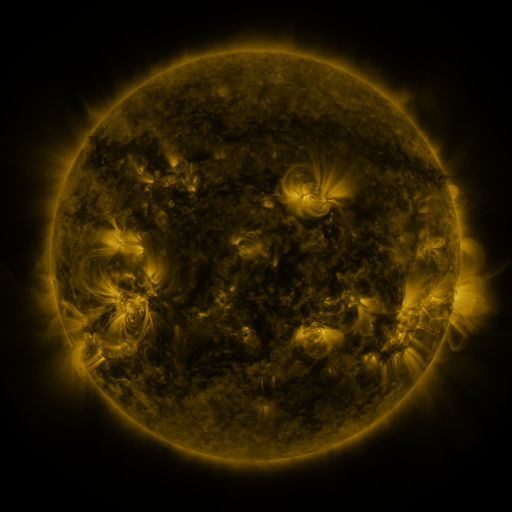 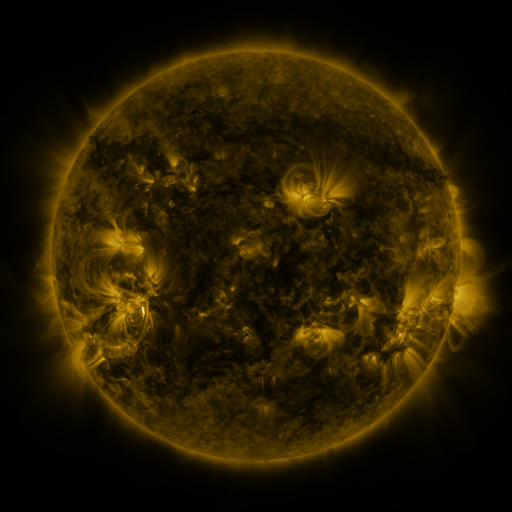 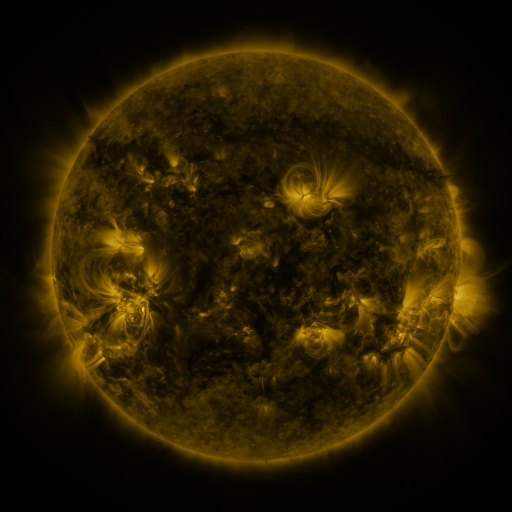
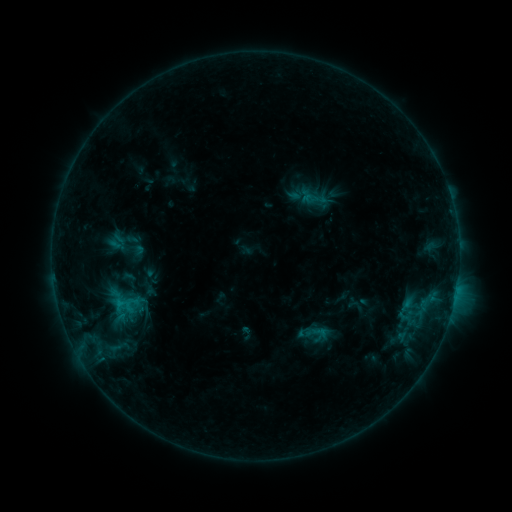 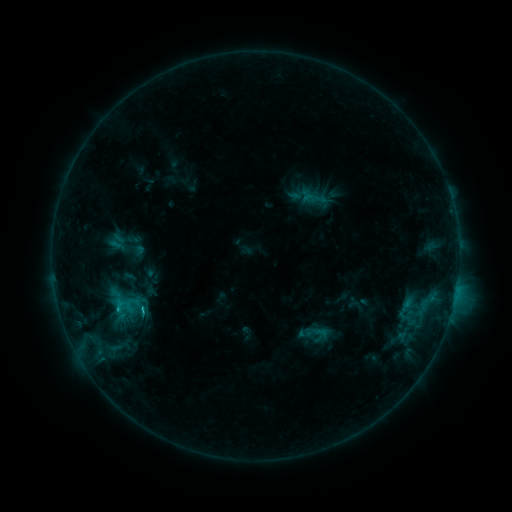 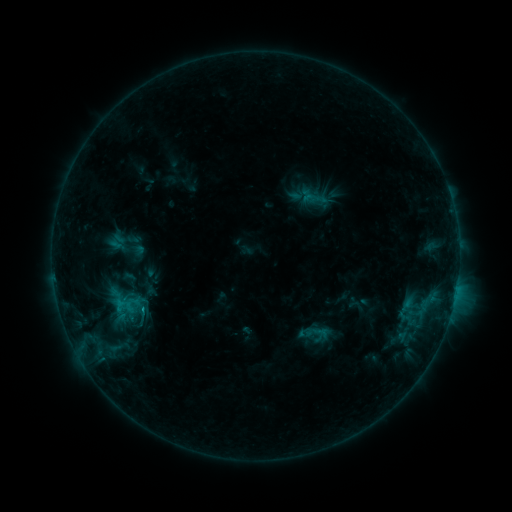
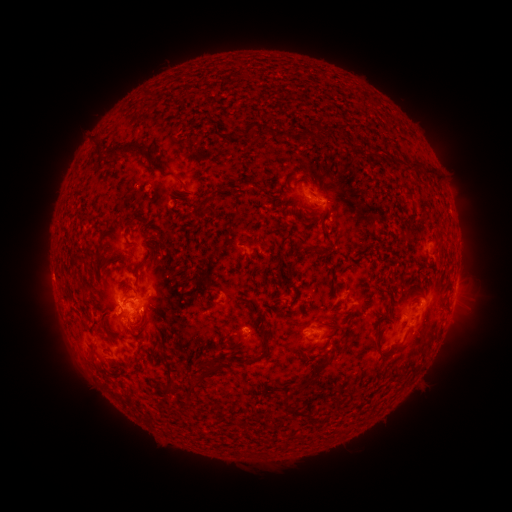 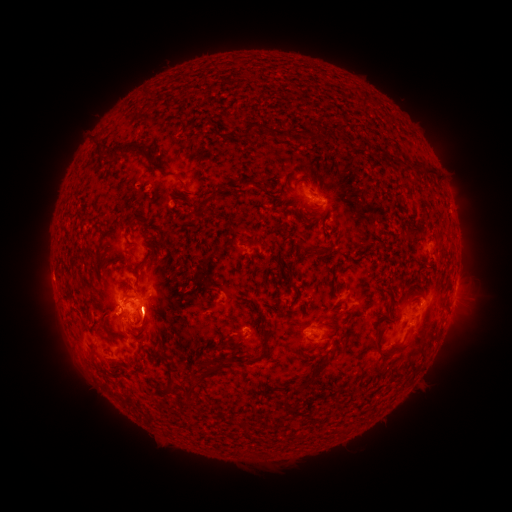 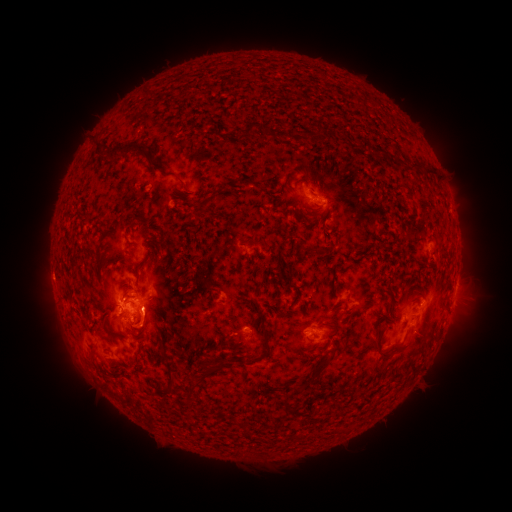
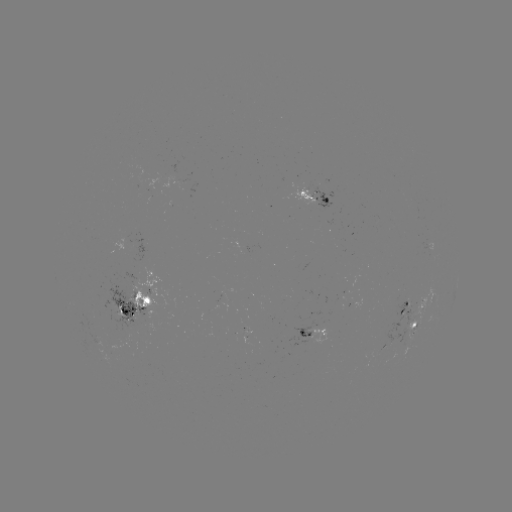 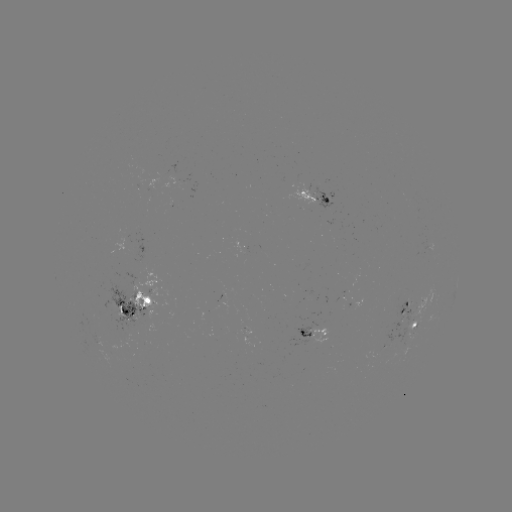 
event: flare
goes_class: C1.5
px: (120, 308)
